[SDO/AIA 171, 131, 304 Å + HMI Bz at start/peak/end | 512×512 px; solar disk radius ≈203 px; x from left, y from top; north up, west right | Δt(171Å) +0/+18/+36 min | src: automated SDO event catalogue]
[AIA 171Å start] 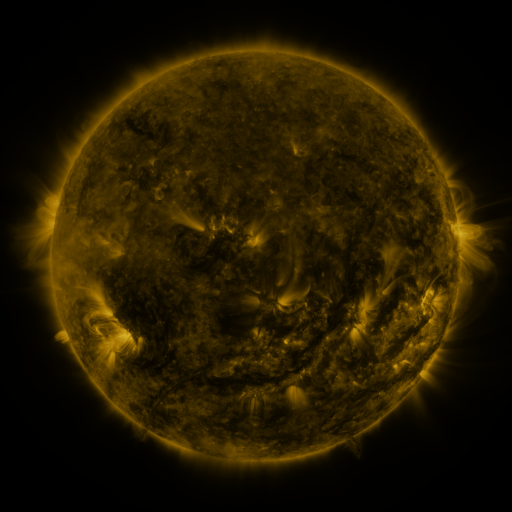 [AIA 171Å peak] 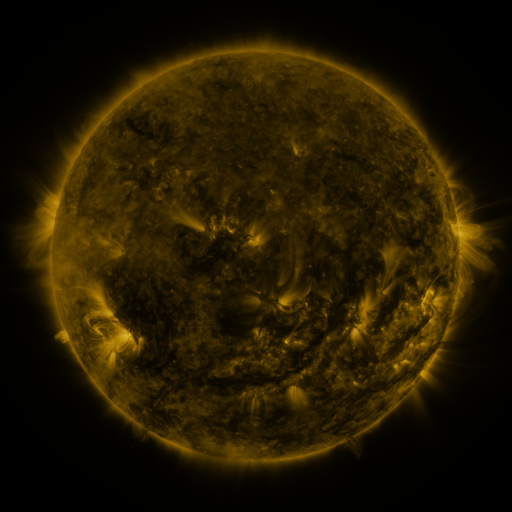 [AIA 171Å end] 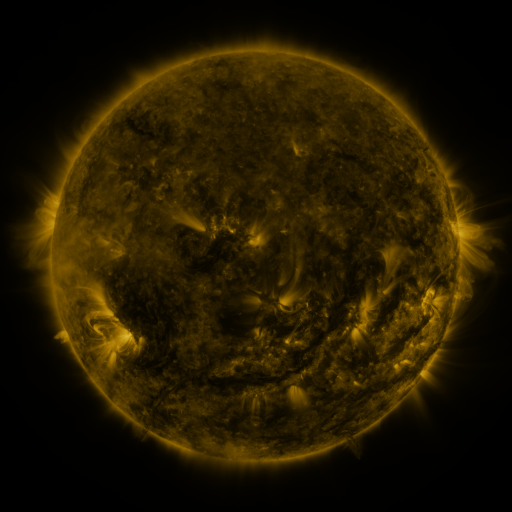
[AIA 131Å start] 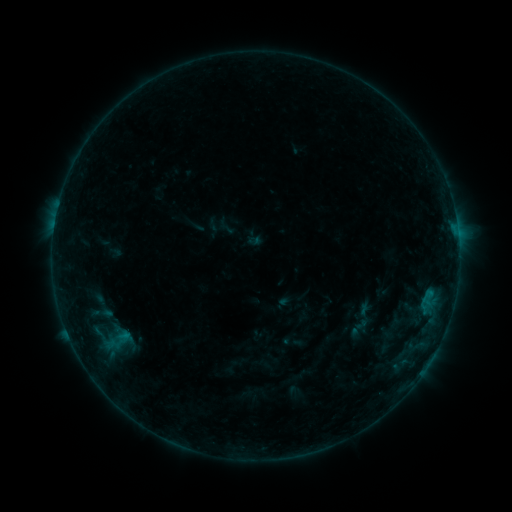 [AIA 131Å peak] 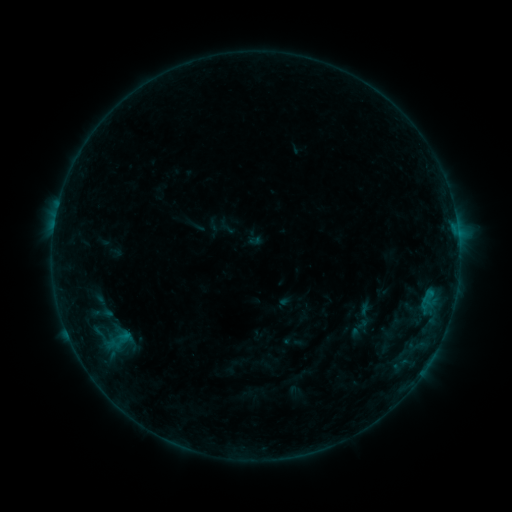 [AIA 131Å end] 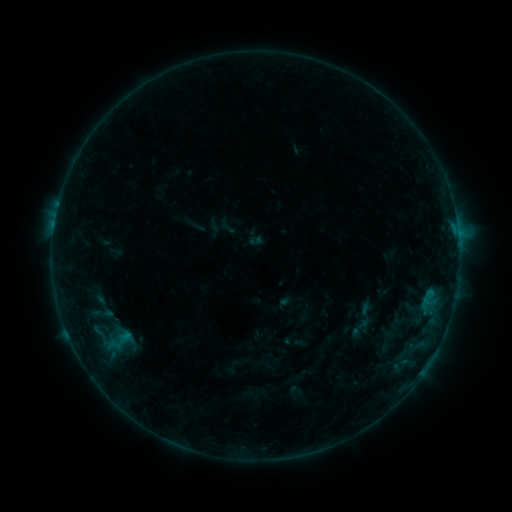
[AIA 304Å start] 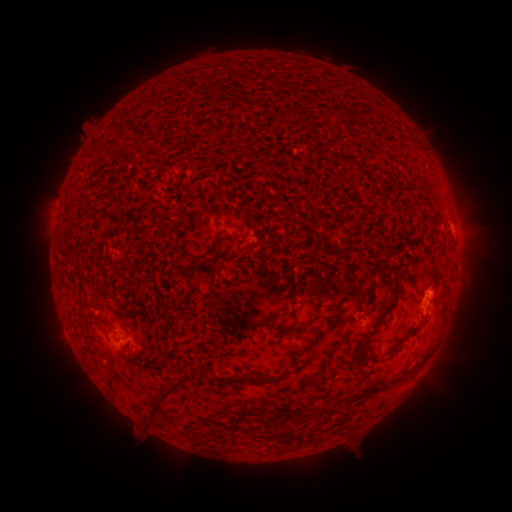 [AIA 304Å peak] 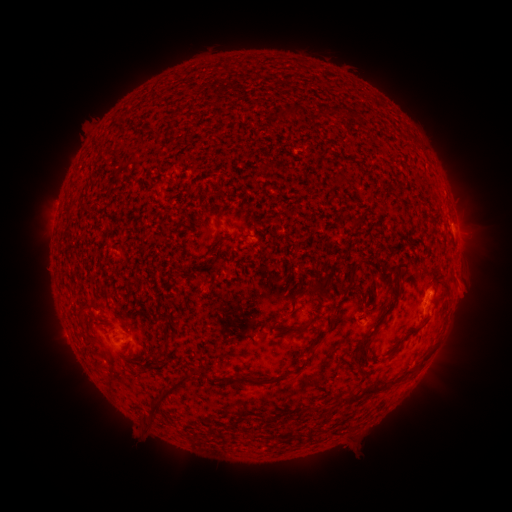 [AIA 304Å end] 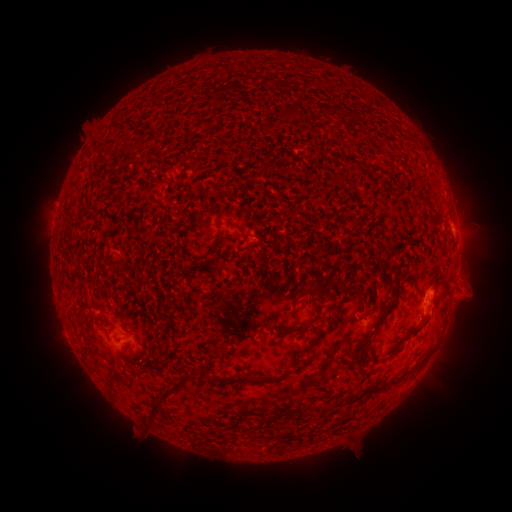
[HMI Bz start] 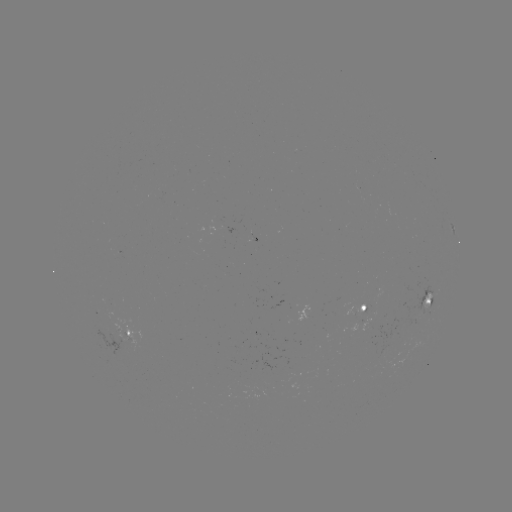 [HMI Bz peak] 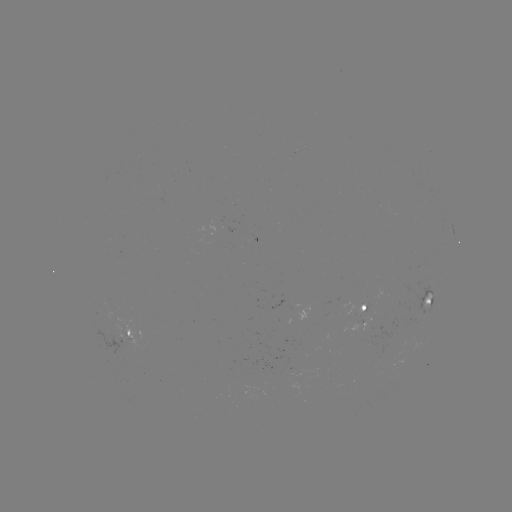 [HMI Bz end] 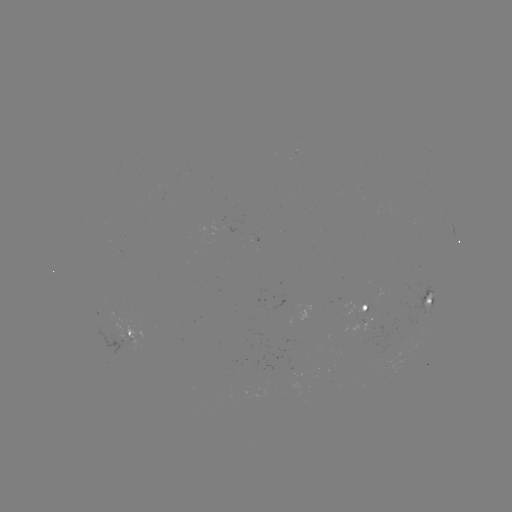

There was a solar eruption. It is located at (466, 278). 